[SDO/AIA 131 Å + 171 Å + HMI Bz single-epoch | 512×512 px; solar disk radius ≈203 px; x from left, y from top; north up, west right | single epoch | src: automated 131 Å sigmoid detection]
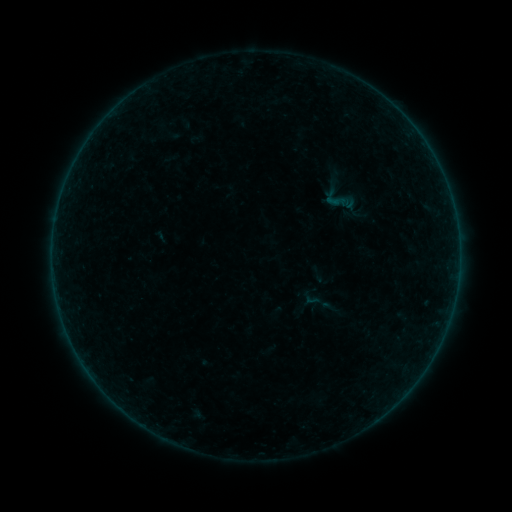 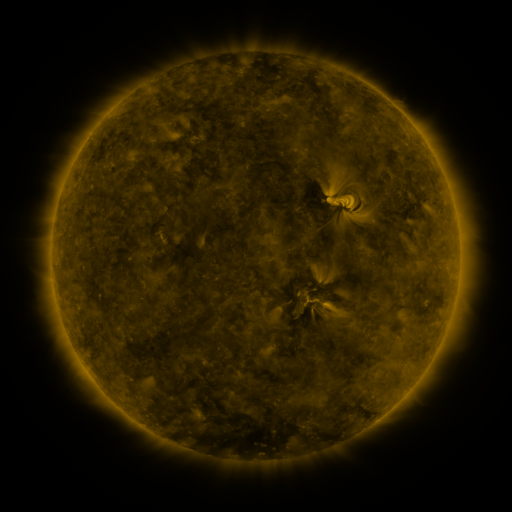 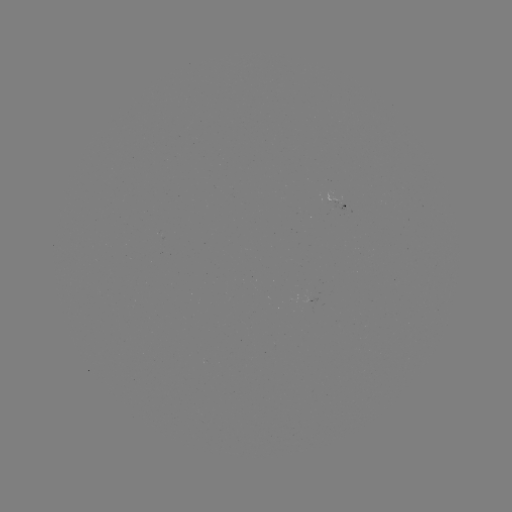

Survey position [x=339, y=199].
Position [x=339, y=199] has sigmoid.